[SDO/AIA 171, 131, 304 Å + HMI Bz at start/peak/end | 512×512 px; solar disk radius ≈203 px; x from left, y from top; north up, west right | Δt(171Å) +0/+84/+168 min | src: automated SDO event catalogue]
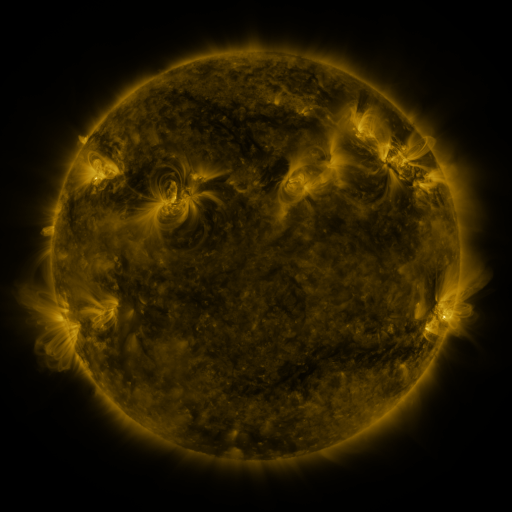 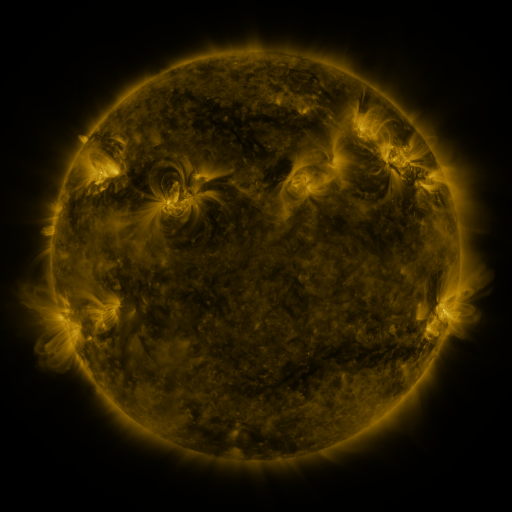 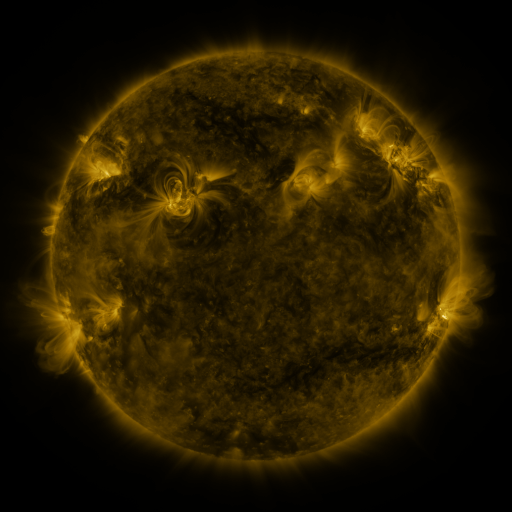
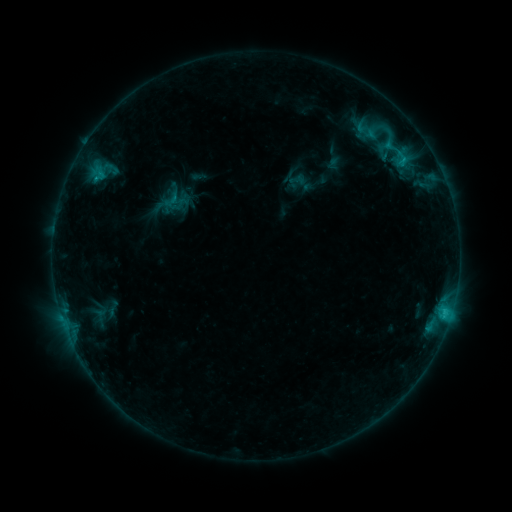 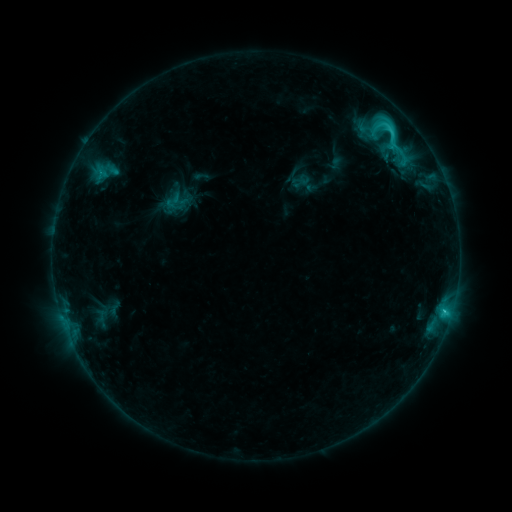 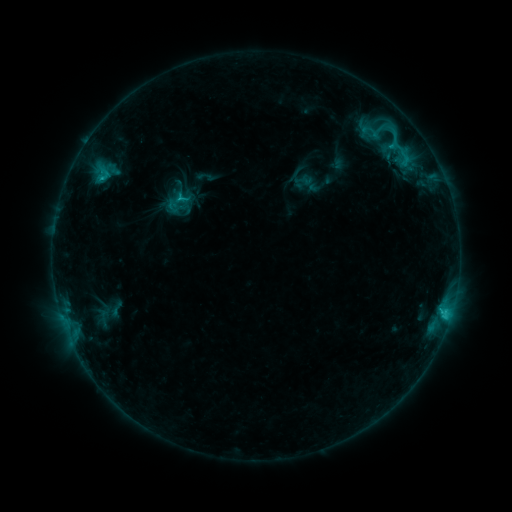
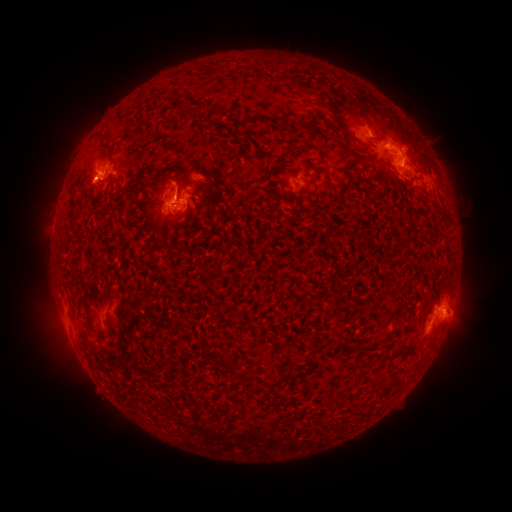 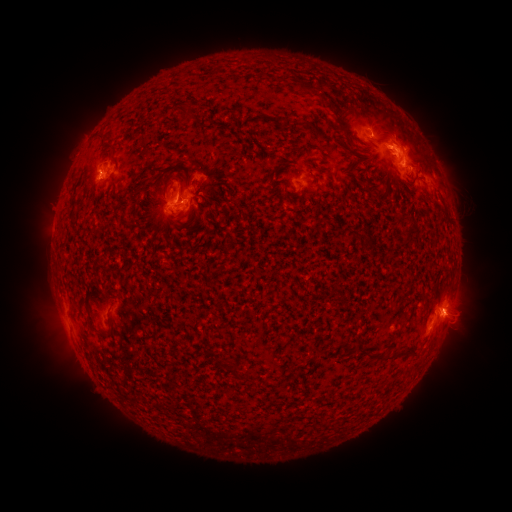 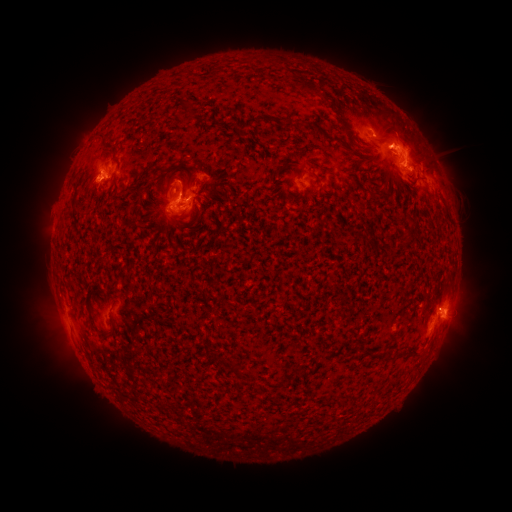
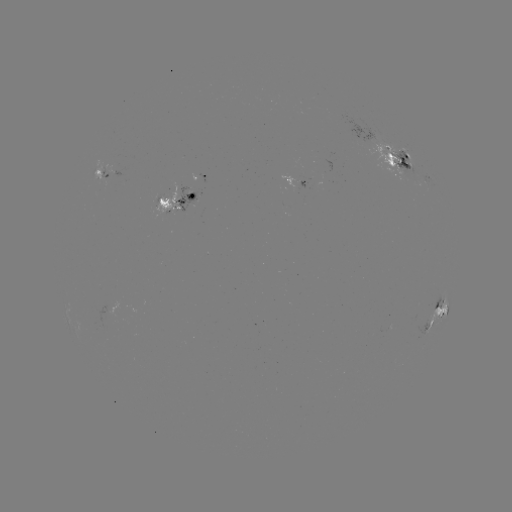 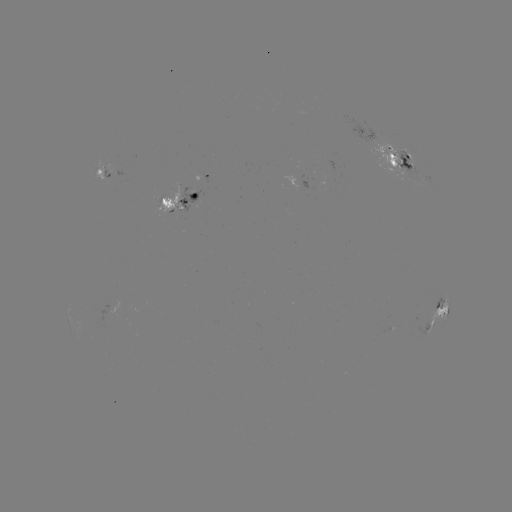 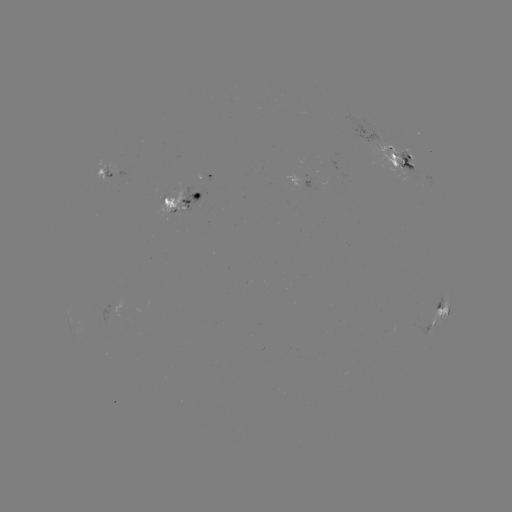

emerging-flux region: (158, 187, 180, 211)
